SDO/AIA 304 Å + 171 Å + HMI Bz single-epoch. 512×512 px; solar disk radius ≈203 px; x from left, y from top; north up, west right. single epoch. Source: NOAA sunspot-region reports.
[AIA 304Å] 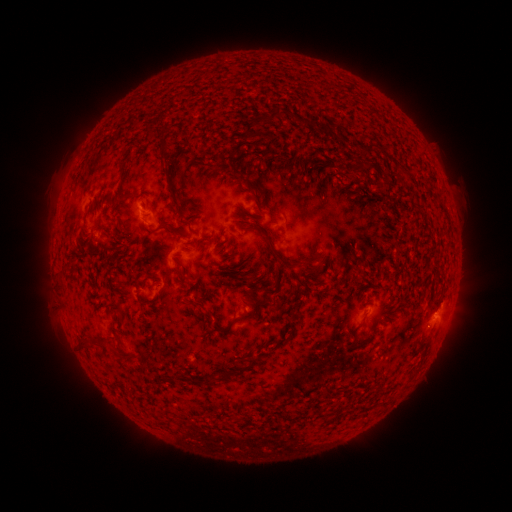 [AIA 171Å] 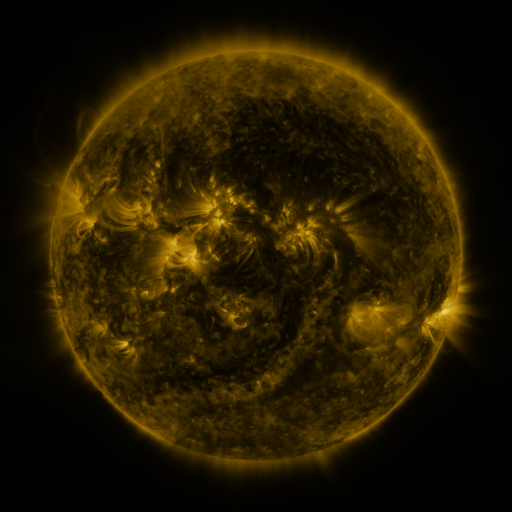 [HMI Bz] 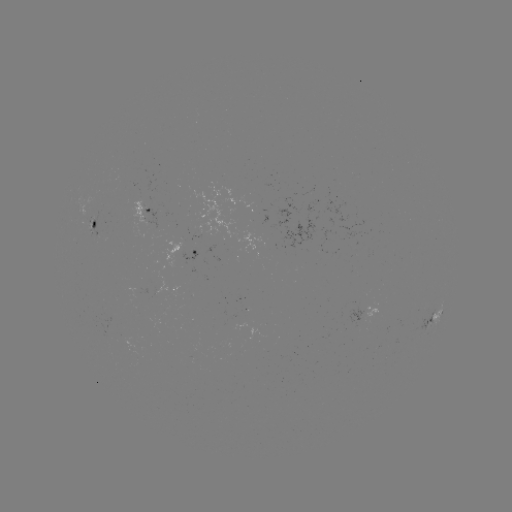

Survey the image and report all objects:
spotted active region: (146, 212)
spotted active region: (94, 225)
spotted active region: (196, 250)
spotted active region: (176, 288)
spotted active region: (435, 316)
